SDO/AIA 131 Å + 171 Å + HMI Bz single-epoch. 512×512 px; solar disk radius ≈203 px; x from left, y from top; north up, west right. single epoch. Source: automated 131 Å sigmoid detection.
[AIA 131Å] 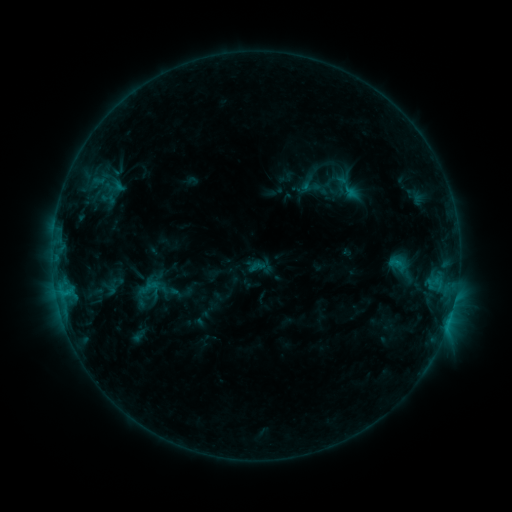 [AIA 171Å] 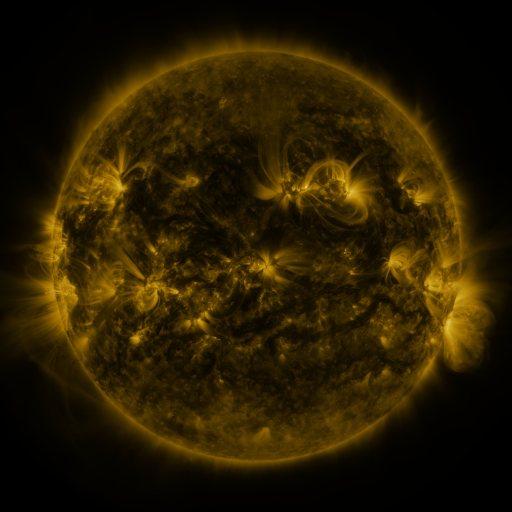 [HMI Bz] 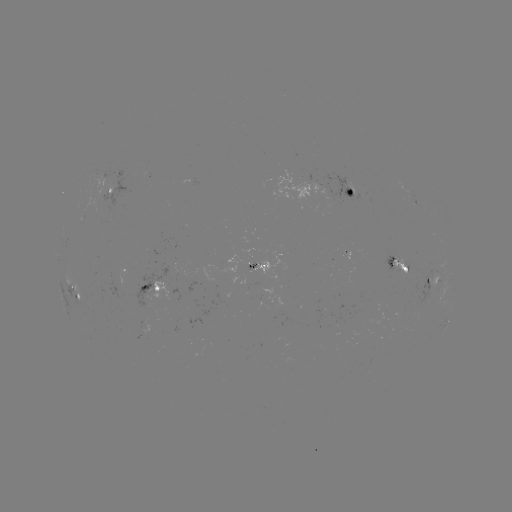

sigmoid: [248, 258, 266, 275]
